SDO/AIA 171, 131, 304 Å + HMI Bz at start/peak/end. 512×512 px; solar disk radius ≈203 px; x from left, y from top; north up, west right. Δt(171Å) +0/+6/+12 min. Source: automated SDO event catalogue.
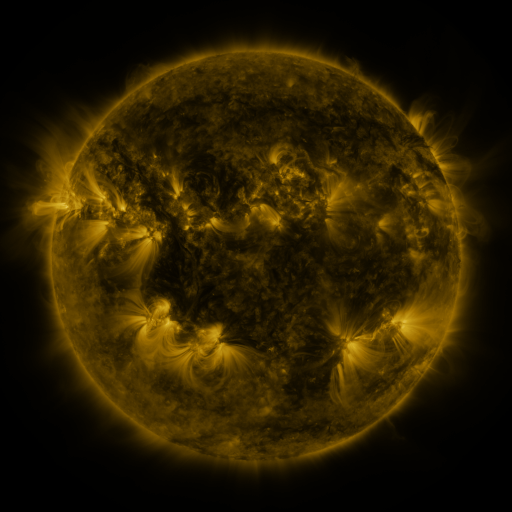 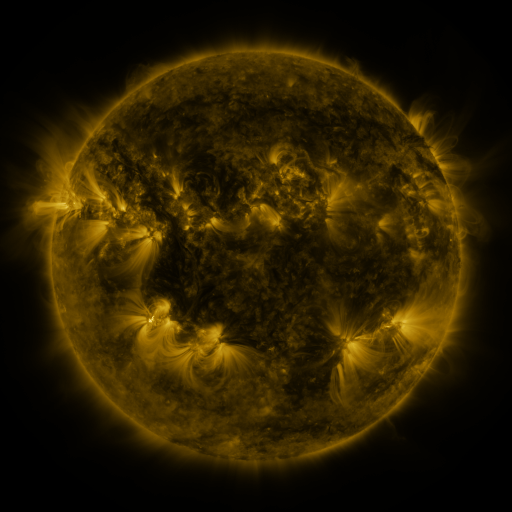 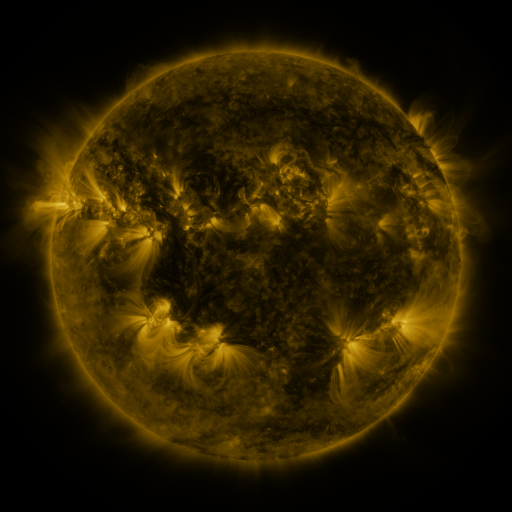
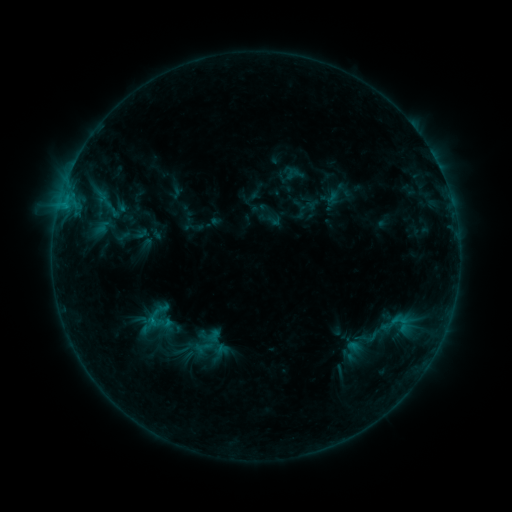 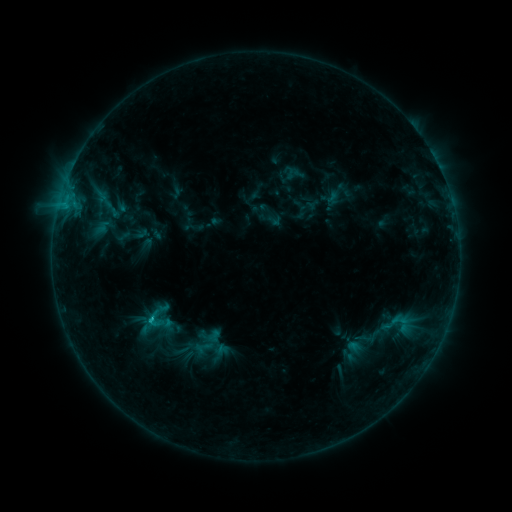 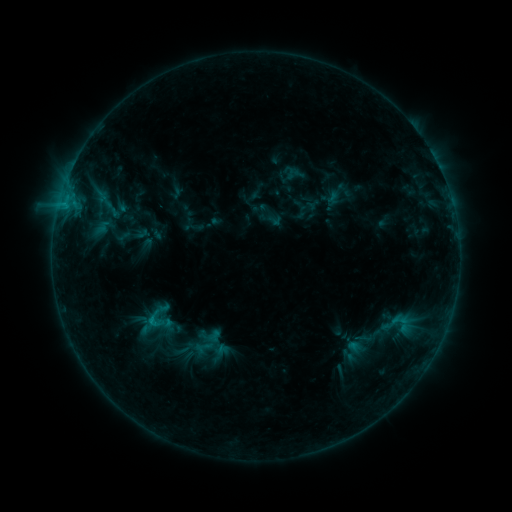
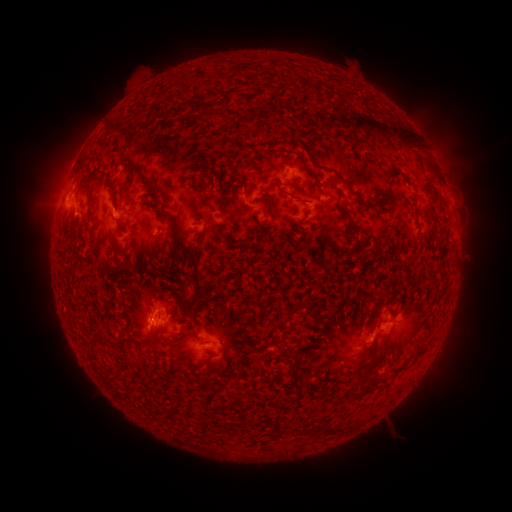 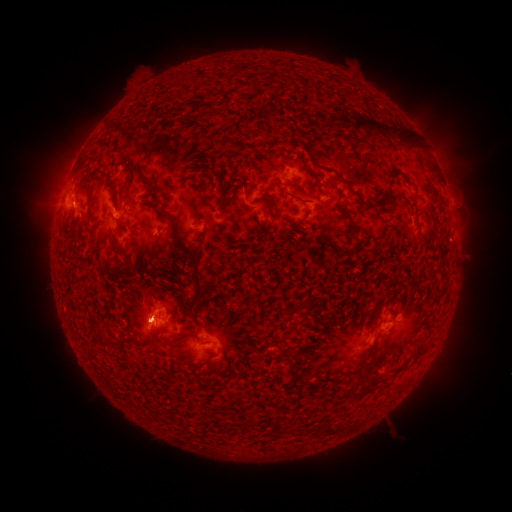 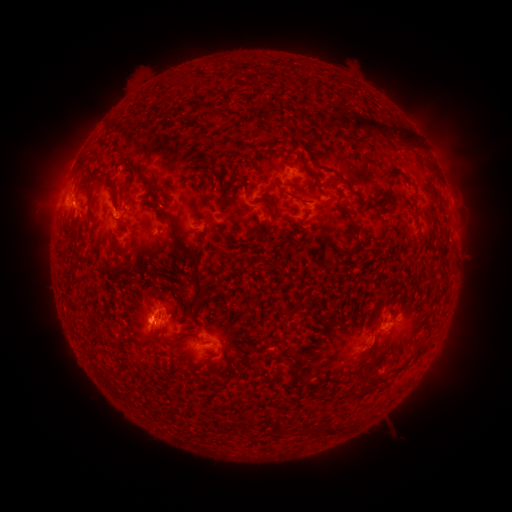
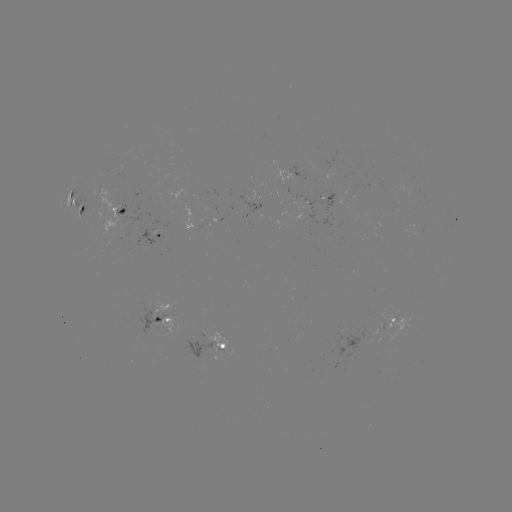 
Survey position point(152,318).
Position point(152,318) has B8.8 flare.